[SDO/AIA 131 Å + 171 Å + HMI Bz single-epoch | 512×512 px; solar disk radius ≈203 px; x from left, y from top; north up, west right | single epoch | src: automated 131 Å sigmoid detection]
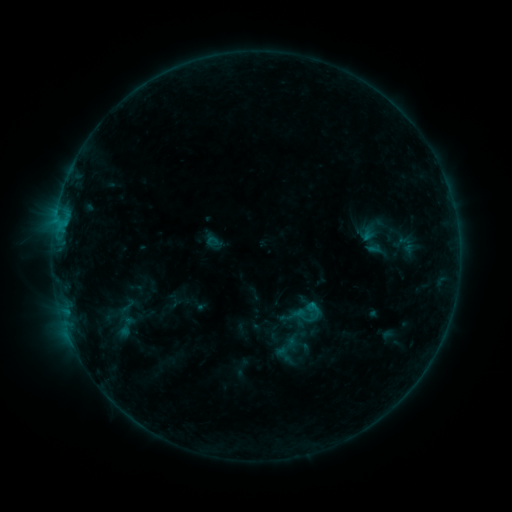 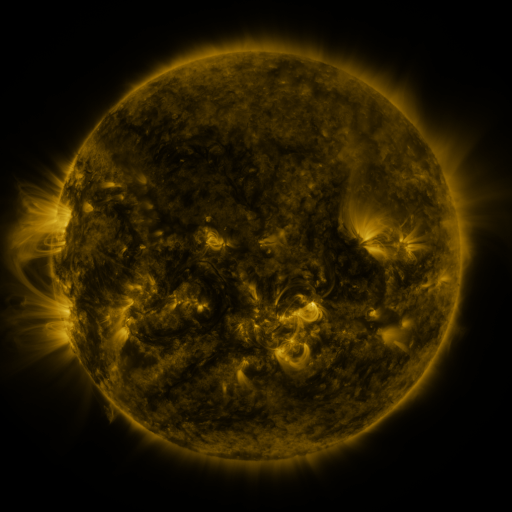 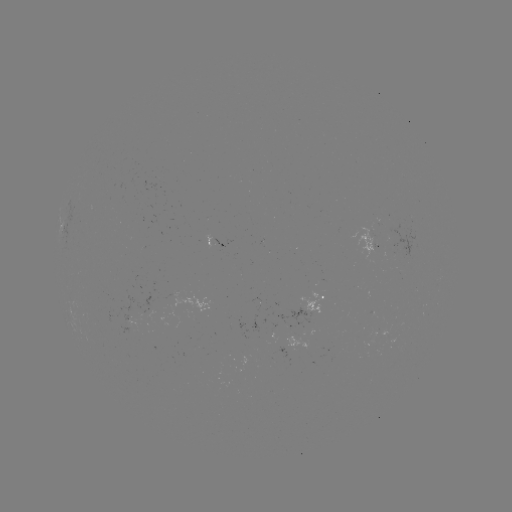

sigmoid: (108, 313, 144, 340)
